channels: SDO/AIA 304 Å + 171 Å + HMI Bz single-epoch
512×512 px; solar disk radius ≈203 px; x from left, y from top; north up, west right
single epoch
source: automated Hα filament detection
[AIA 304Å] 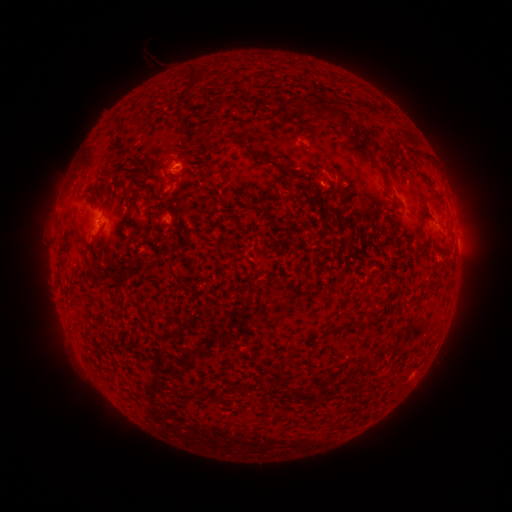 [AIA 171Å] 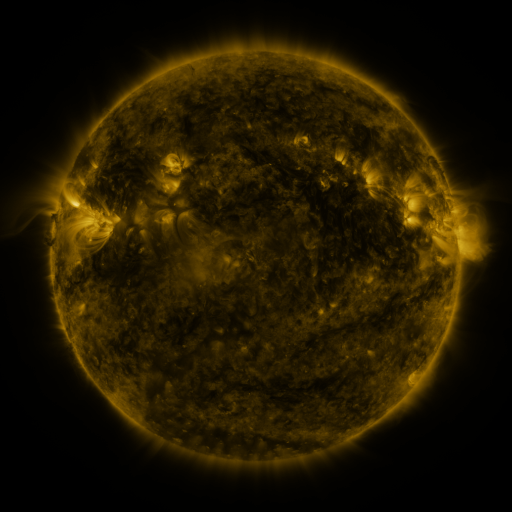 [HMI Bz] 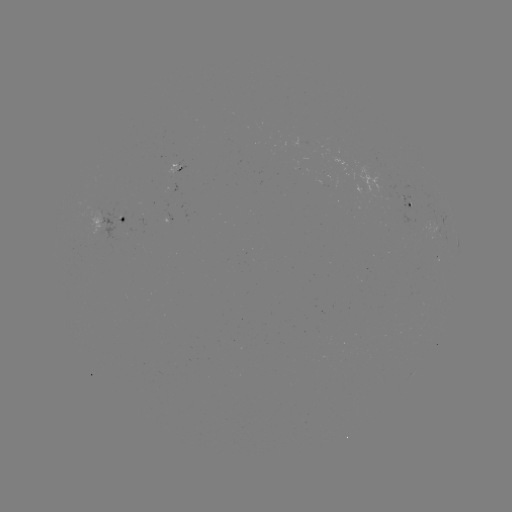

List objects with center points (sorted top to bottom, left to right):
filament: [277, 98, 287, 108]
filament: [317, 98, 330, 112]
filament: [312, 106, 322, 120]
filament: [347, 133, 367, 154]
filament: [254, 153, 294, 178]
filament: [419, 215, 425, 231]
filament: [90, 268, 120, 288]
filament: [158, 331, 175, 340]
filament: [285, 387, 315, 404]
